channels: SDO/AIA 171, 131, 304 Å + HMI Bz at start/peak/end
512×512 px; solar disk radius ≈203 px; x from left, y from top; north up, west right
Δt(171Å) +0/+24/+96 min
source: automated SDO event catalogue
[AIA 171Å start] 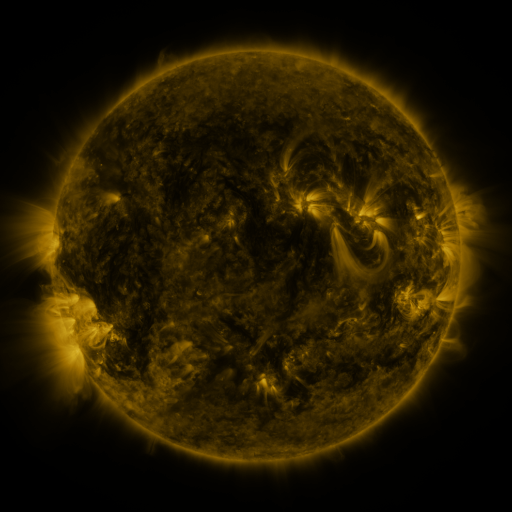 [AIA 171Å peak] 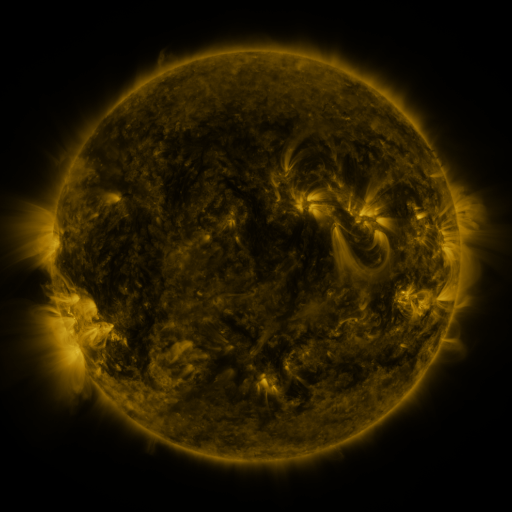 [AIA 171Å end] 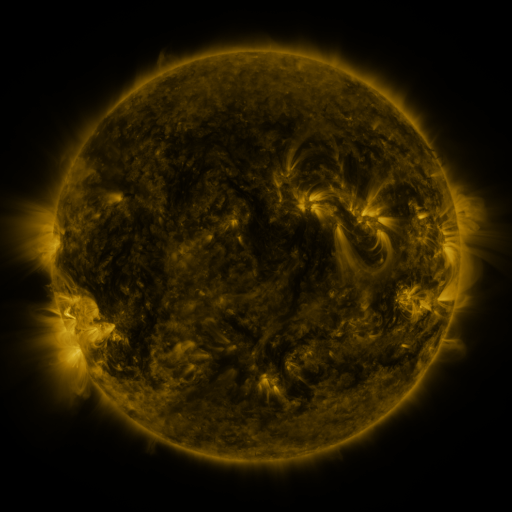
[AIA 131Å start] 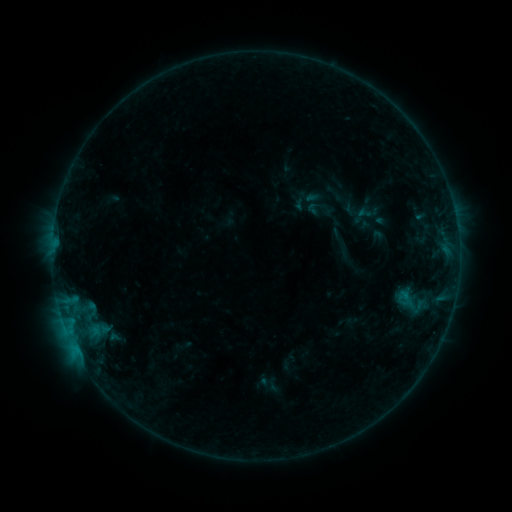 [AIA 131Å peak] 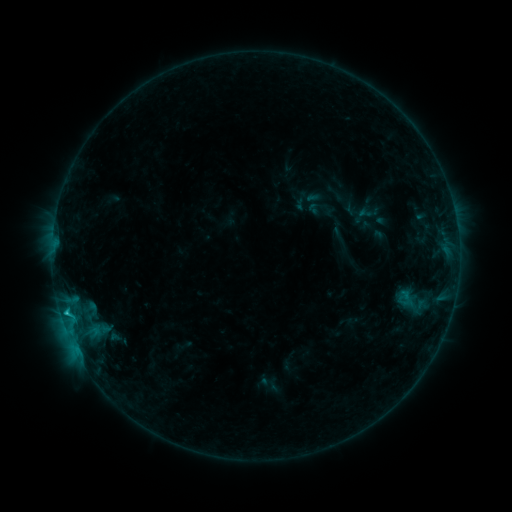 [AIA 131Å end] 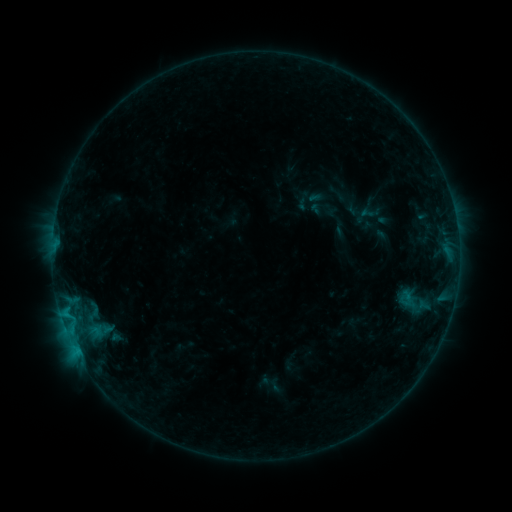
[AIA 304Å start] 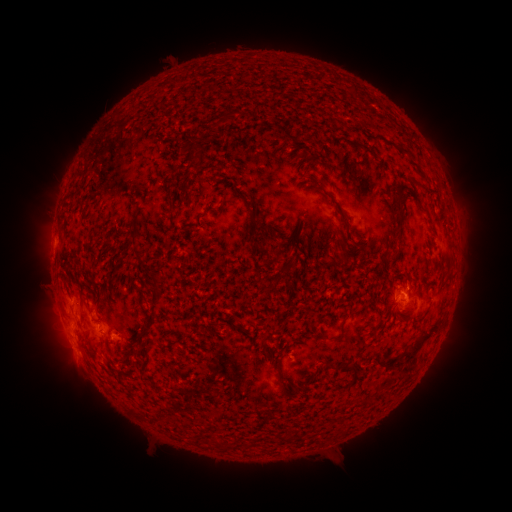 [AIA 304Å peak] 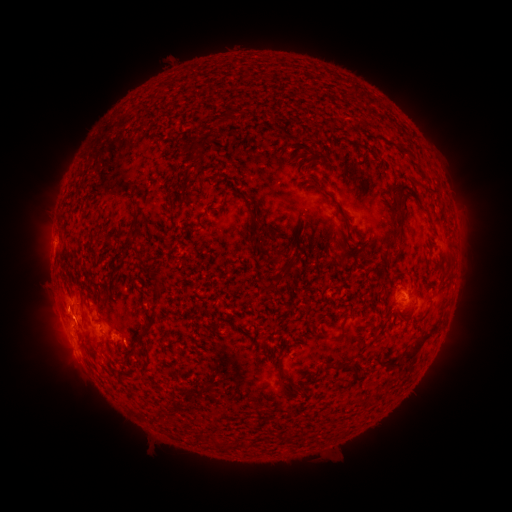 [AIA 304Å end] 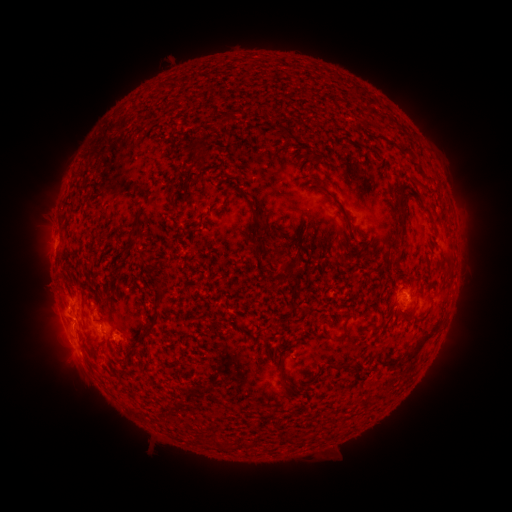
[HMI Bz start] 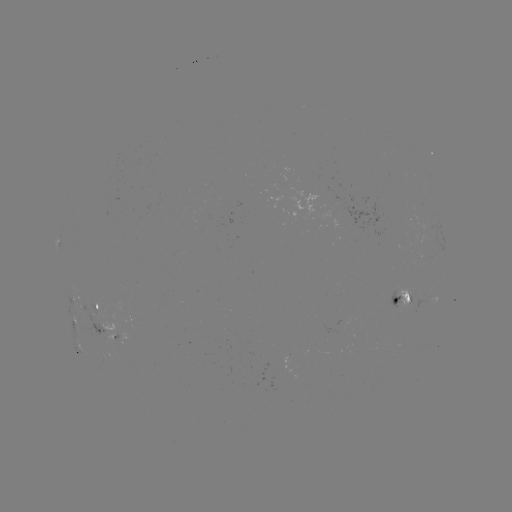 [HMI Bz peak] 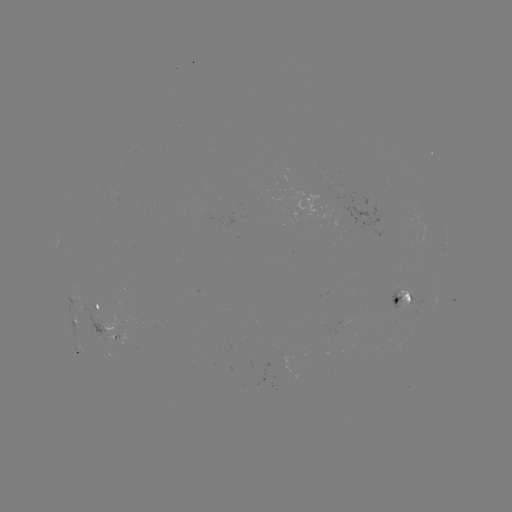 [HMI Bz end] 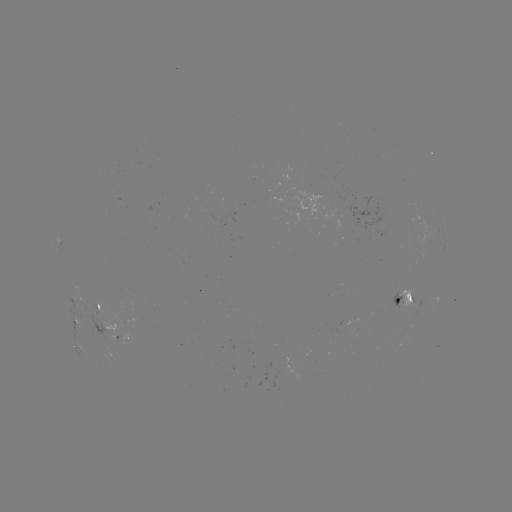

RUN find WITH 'C1.0 flare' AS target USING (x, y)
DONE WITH (67, 312) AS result